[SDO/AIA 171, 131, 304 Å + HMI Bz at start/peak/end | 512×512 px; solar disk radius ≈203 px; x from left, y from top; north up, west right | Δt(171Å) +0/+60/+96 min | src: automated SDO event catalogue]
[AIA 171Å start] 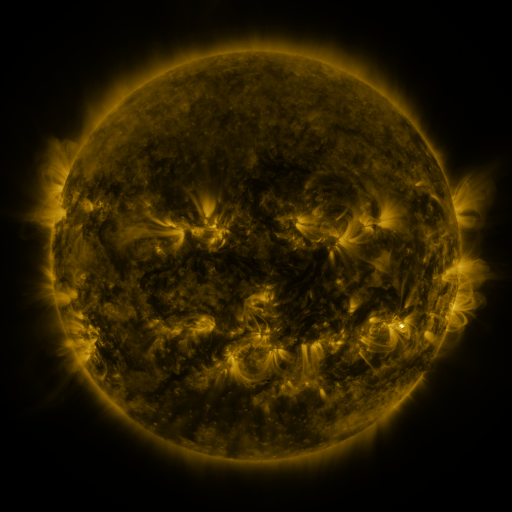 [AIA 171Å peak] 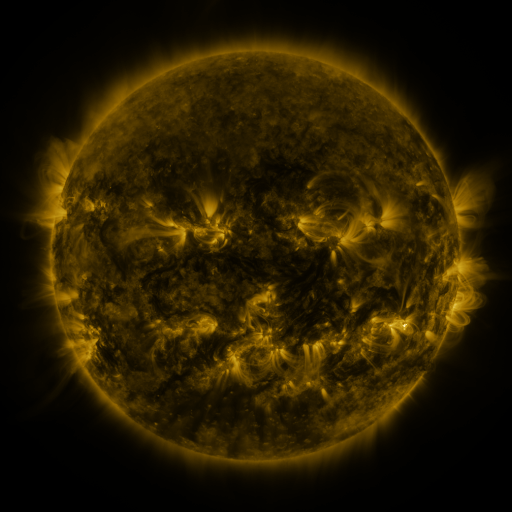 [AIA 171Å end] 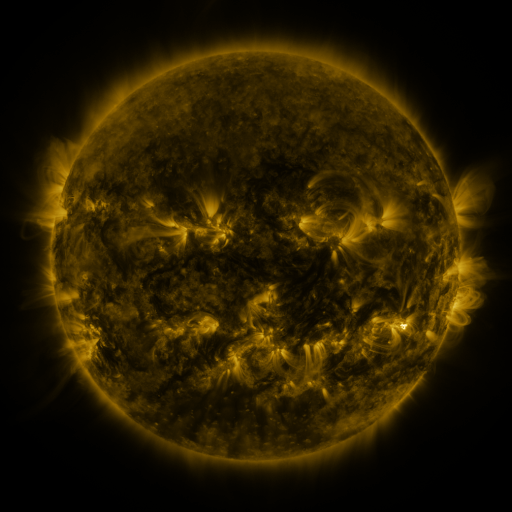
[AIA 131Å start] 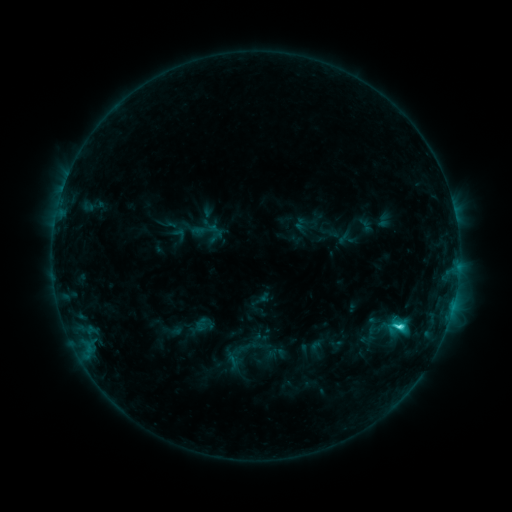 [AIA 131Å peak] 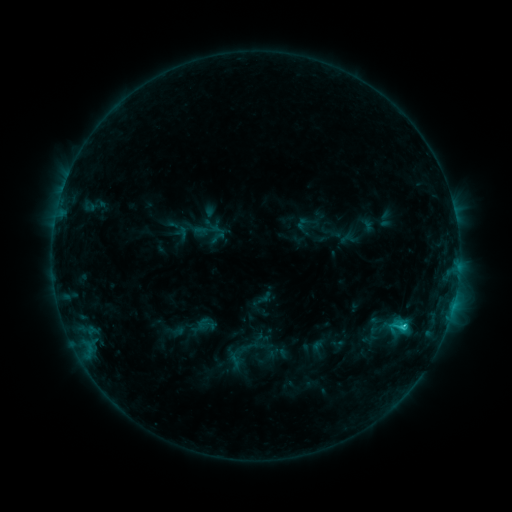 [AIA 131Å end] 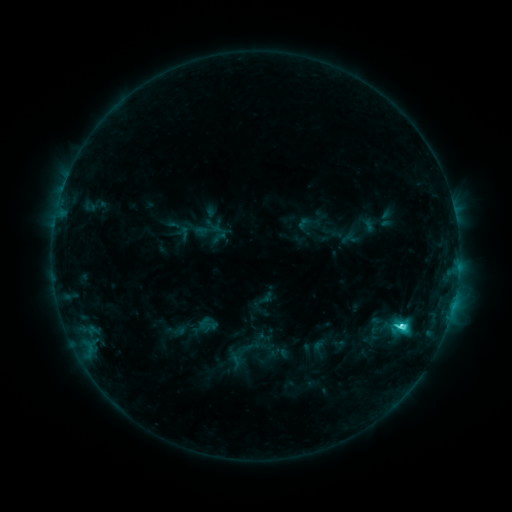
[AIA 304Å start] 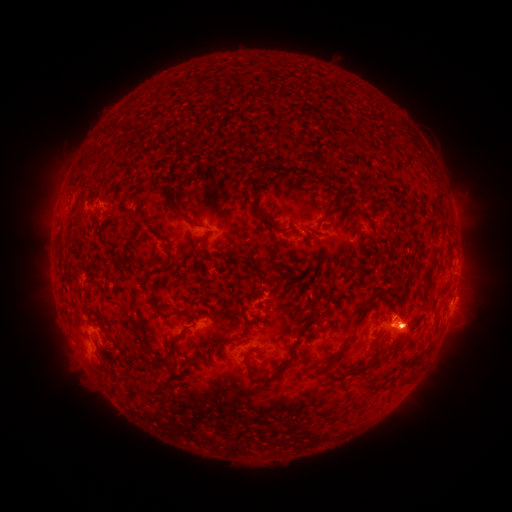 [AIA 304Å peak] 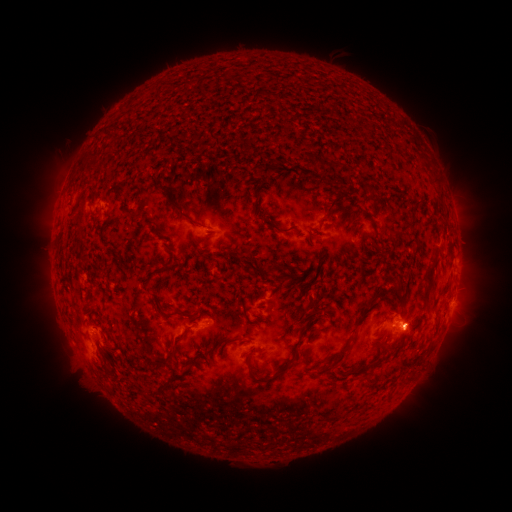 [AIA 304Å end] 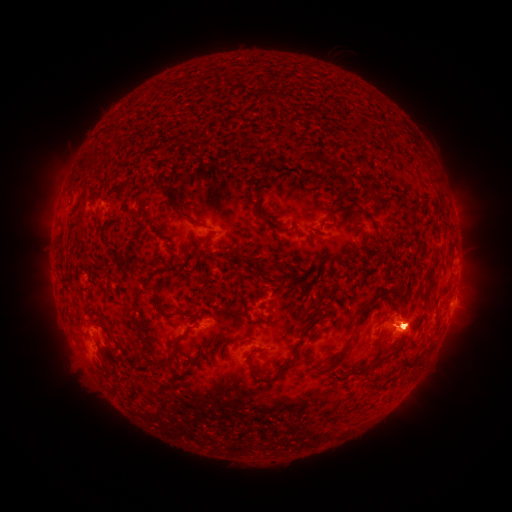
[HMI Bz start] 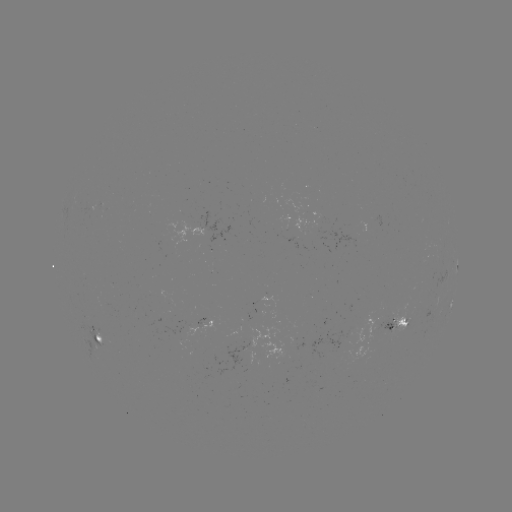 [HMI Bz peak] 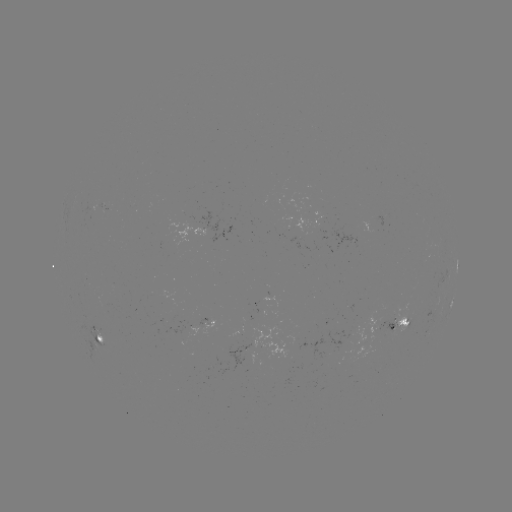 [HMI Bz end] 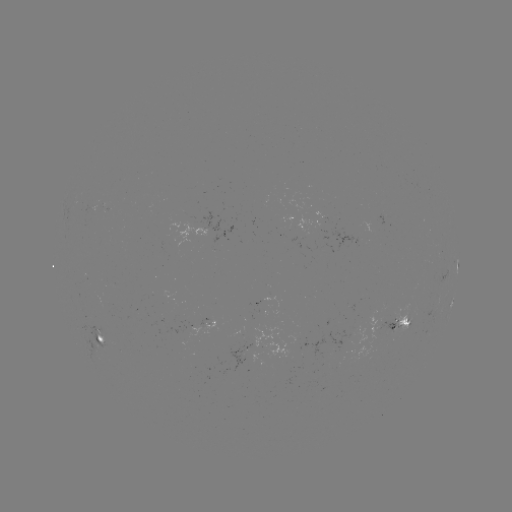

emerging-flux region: [288, 225, 297, 248]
